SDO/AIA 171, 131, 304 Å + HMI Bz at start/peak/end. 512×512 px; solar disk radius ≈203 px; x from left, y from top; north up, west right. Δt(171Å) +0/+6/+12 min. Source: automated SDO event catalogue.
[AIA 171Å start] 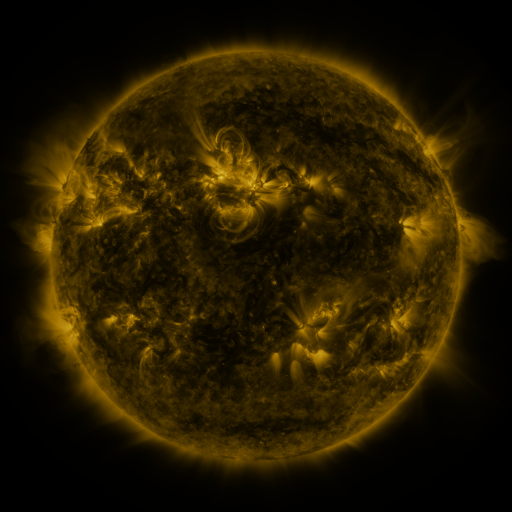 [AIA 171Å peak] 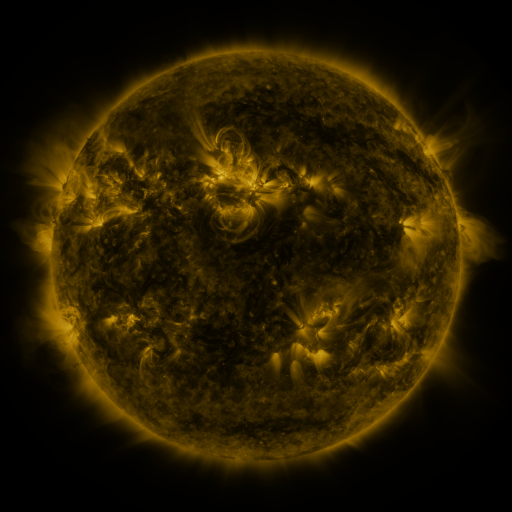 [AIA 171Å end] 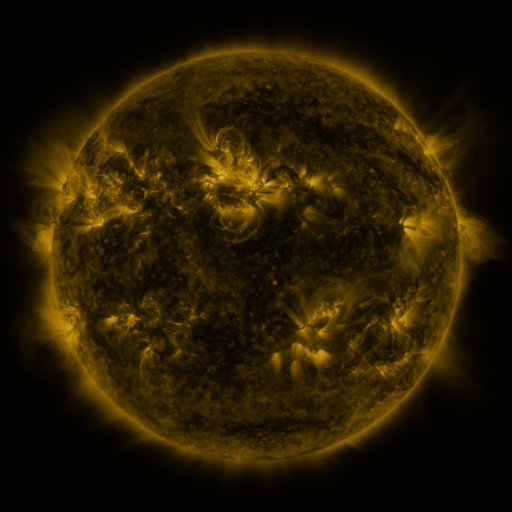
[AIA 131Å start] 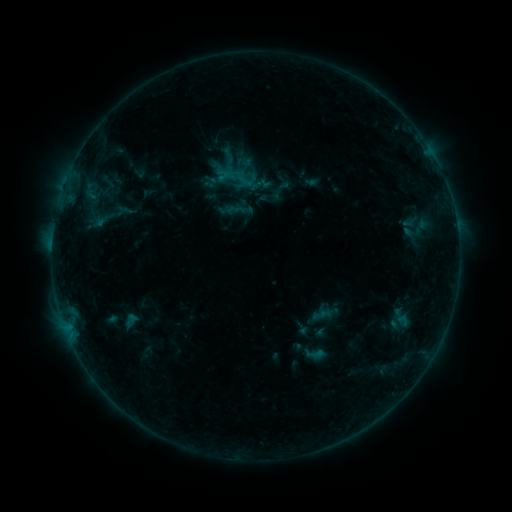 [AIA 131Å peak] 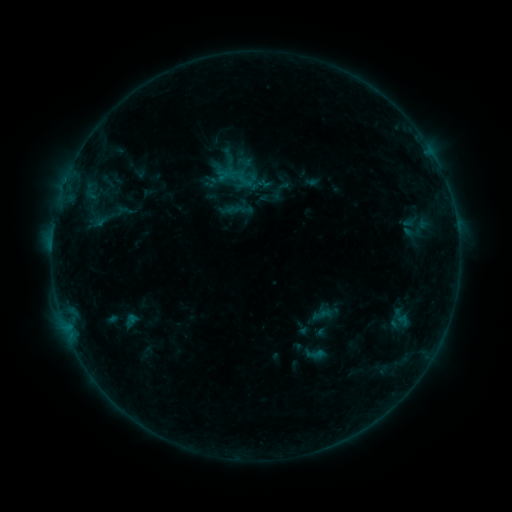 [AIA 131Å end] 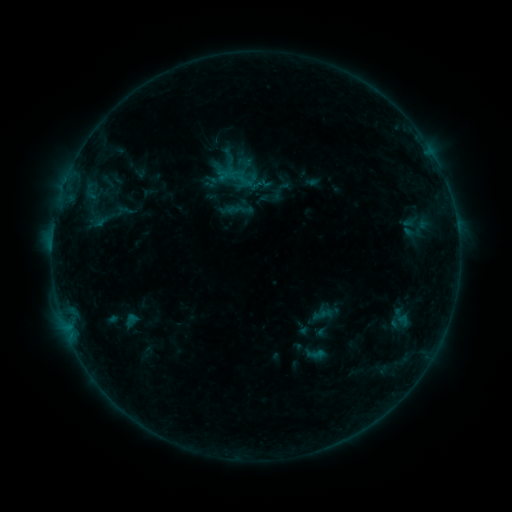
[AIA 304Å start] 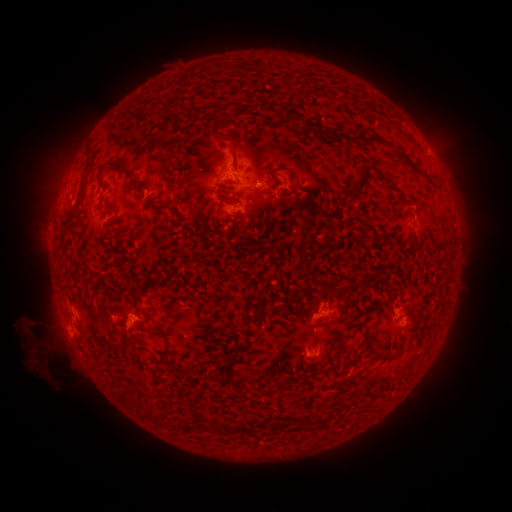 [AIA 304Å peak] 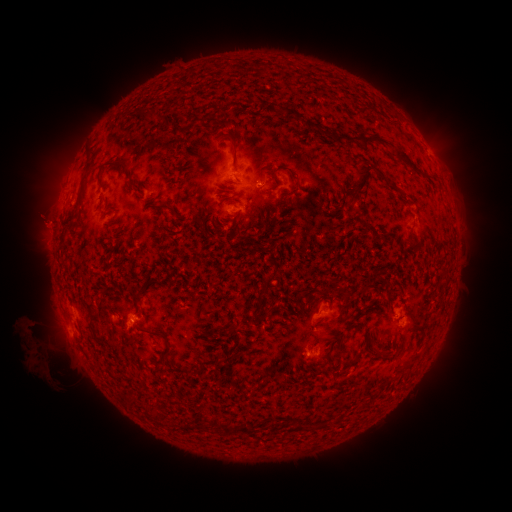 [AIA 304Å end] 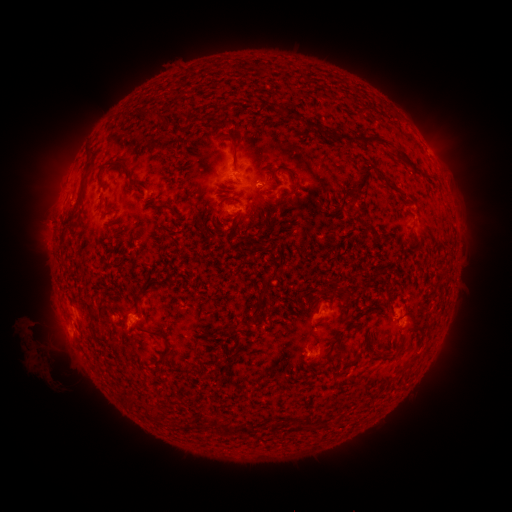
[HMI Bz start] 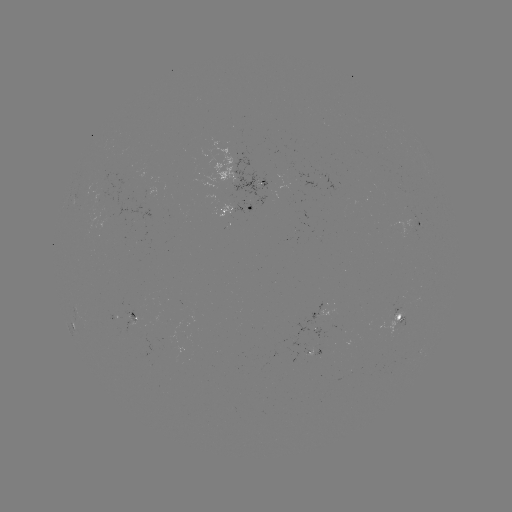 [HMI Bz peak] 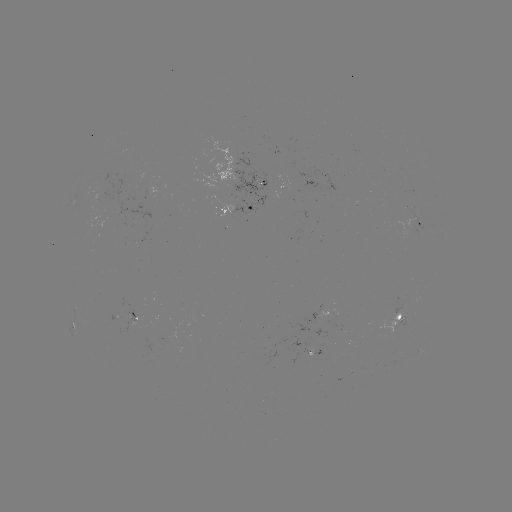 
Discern eruption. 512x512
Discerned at (45, 223).